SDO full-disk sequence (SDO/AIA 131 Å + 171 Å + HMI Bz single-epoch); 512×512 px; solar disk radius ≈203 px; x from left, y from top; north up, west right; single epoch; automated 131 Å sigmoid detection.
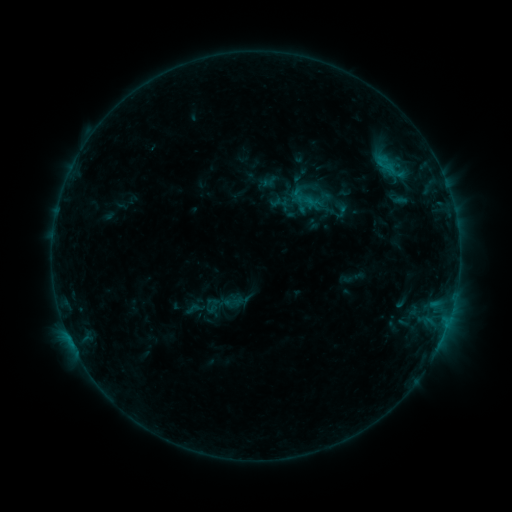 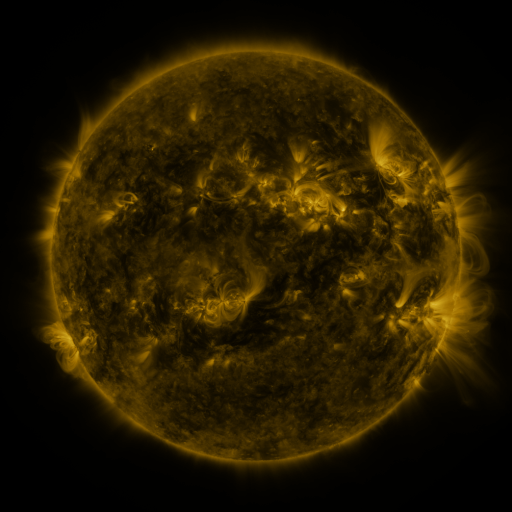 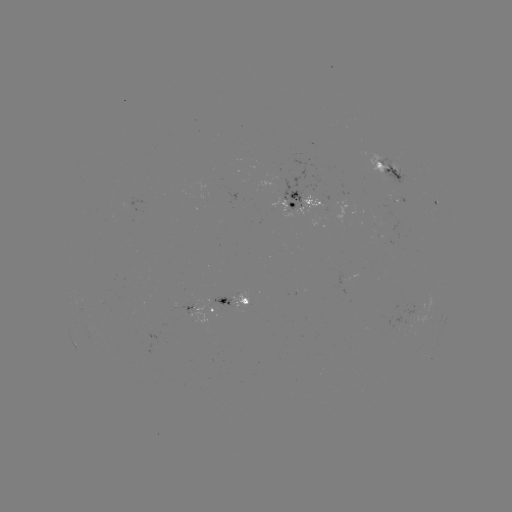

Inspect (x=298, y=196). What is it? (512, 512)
sigmoid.